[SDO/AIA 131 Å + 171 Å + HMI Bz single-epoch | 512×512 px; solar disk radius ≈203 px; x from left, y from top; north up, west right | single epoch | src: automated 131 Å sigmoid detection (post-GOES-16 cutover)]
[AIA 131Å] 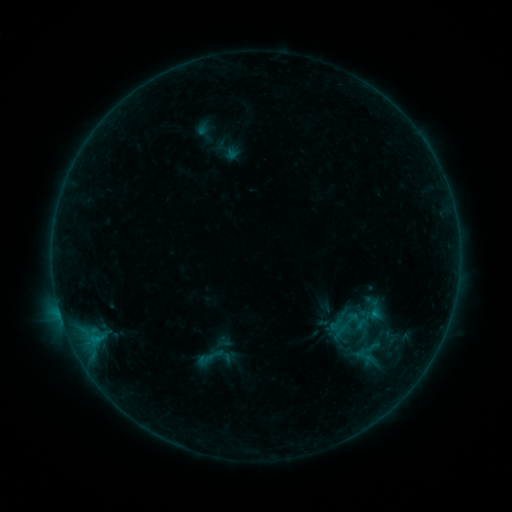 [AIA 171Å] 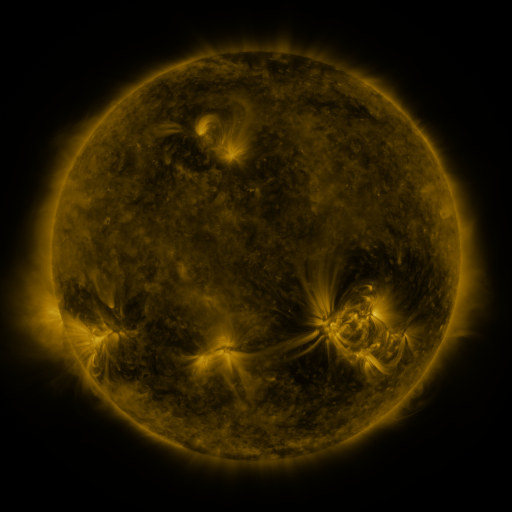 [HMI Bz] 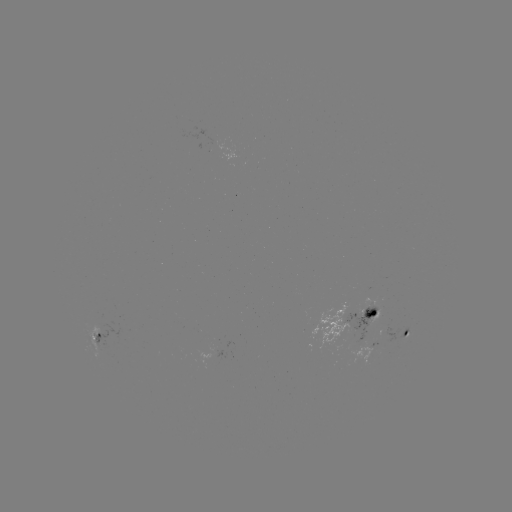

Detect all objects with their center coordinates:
sigmoid: (375, 309)
sigmoid: (214, 358)
